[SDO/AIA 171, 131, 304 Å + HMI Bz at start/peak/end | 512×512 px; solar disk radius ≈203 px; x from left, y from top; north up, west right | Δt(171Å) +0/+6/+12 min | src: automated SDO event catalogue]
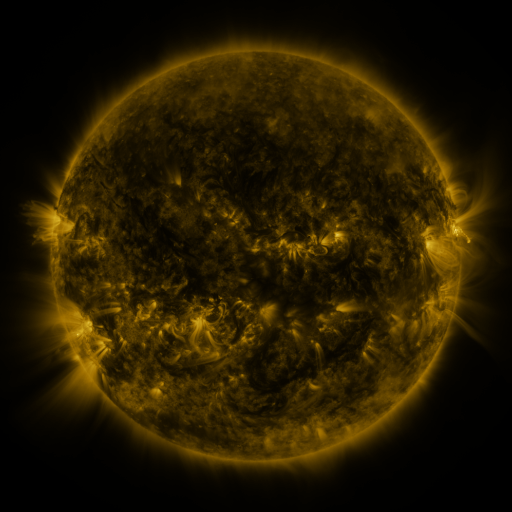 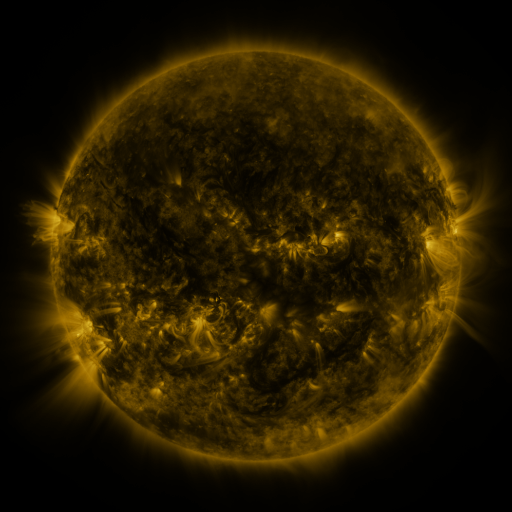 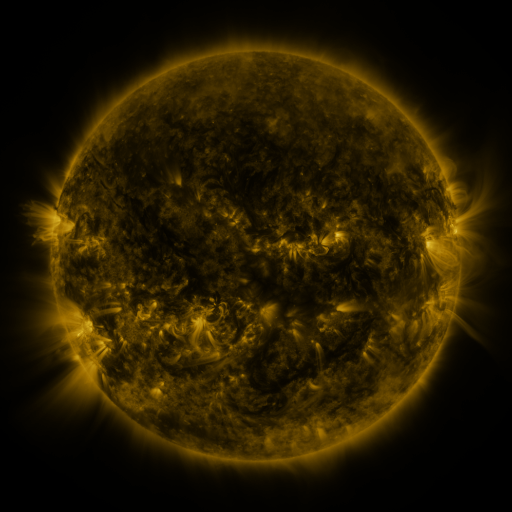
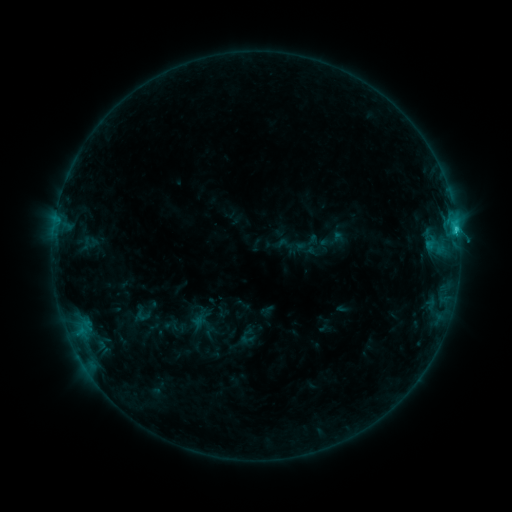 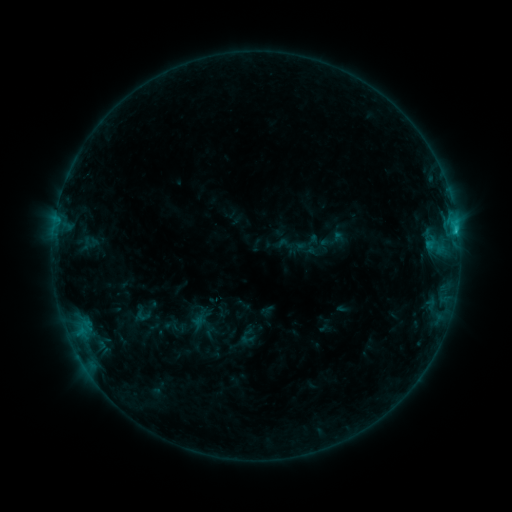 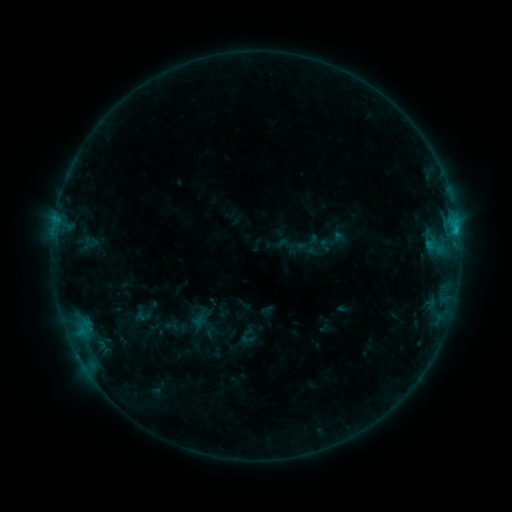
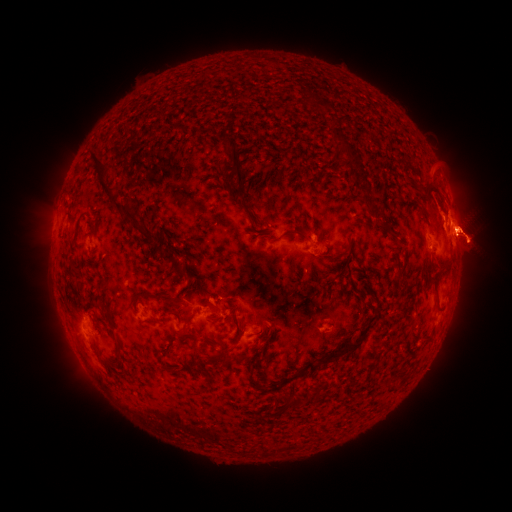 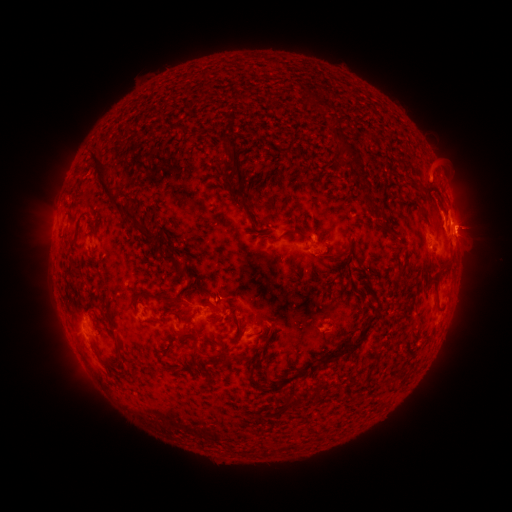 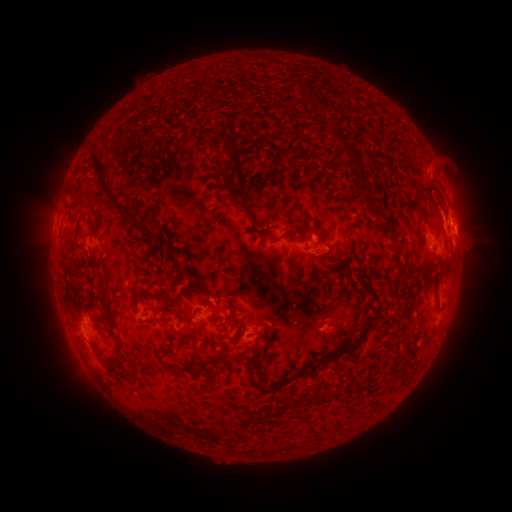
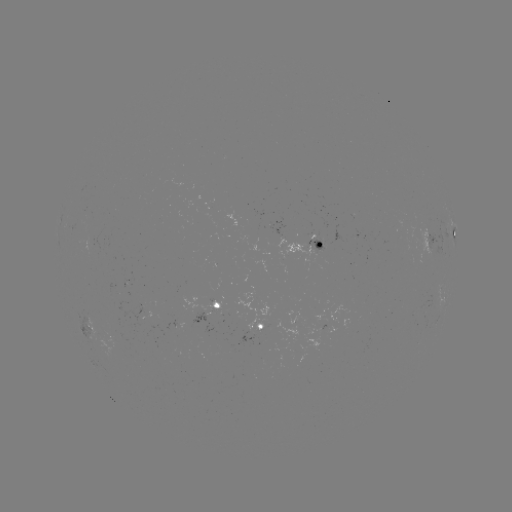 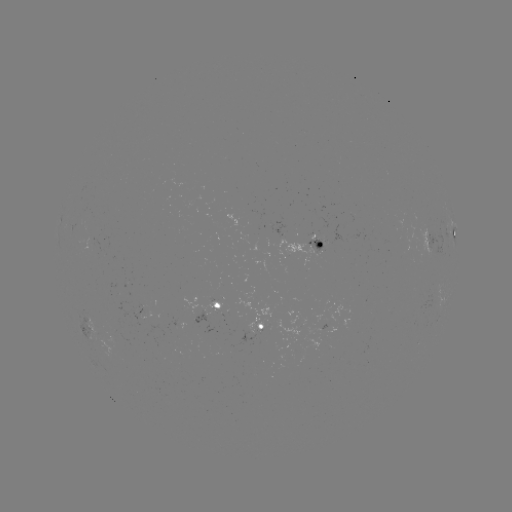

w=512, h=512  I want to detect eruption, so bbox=[364, 151, 511, 343].